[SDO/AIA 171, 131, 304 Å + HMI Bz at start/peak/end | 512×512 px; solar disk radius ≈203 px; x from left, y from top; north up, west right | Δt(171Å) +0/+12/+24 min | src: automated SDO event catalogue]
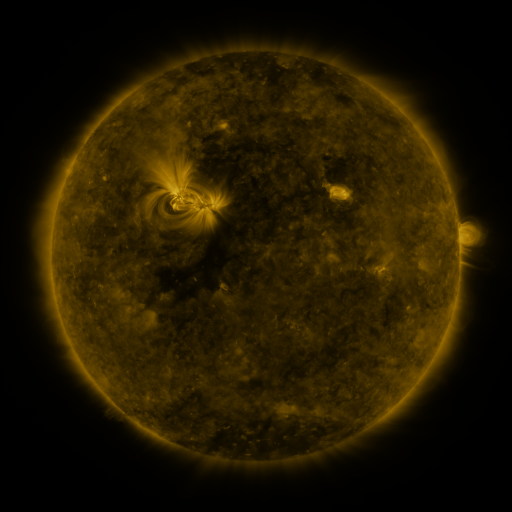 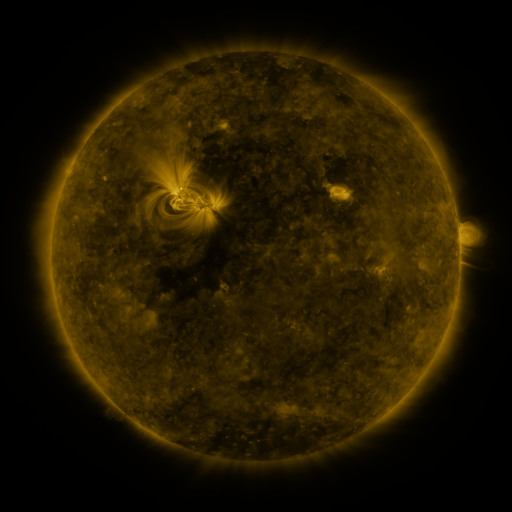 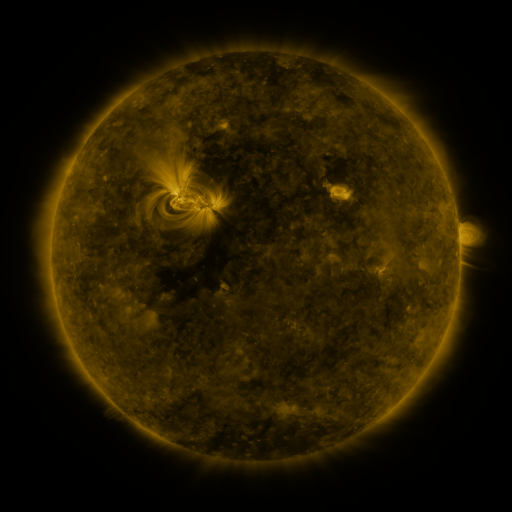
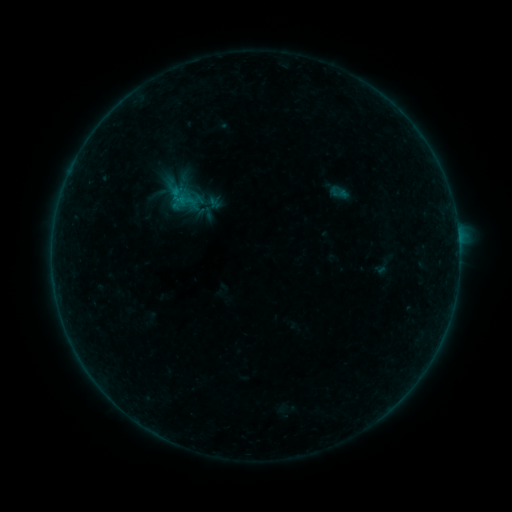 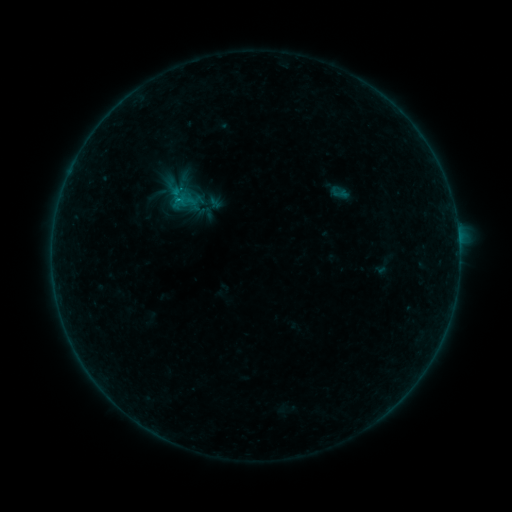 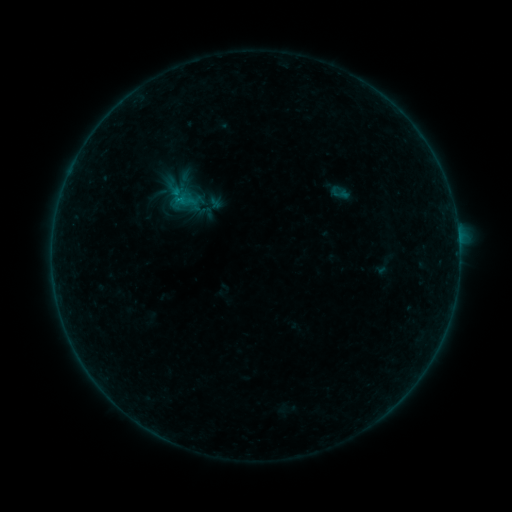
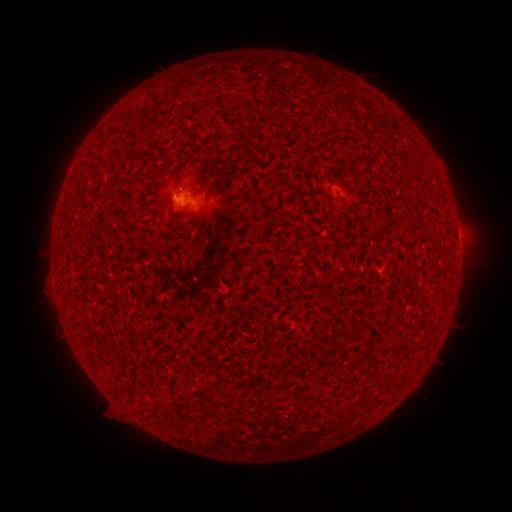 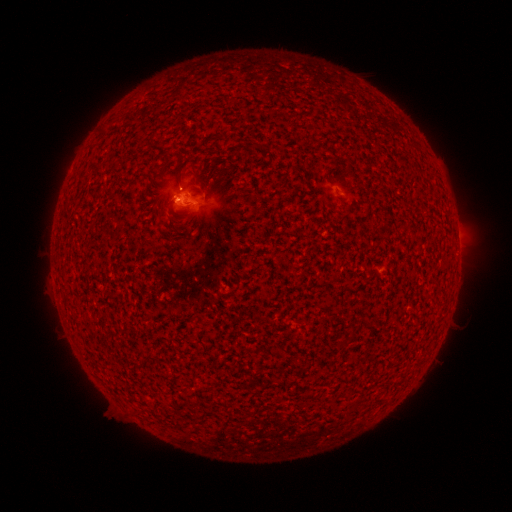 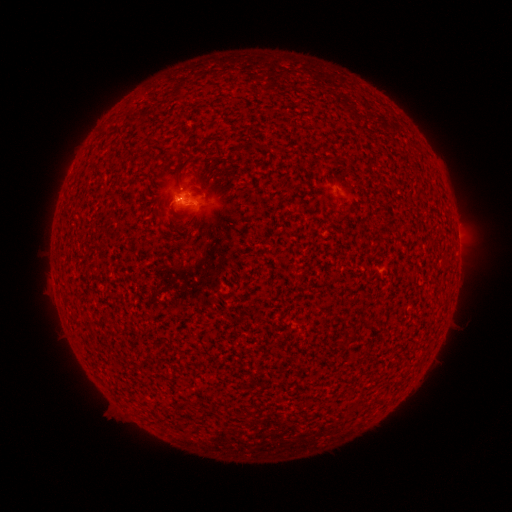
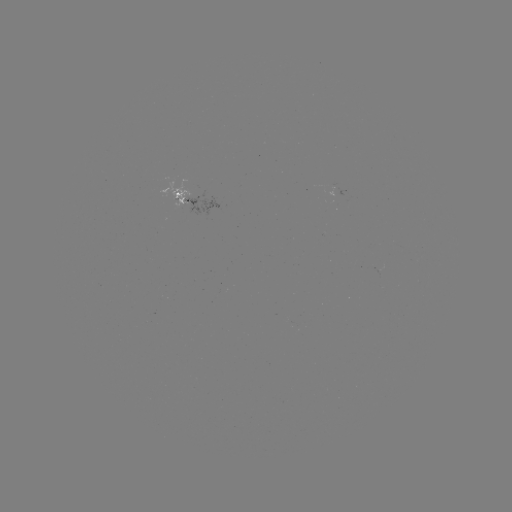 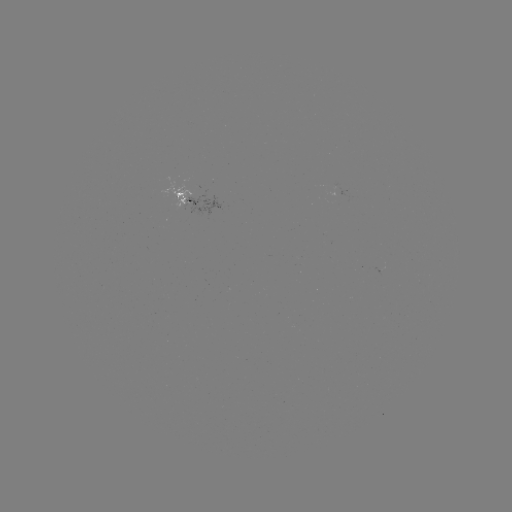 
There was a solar flare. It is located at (178, 203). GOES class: B2.0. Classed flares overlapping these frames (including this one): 1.